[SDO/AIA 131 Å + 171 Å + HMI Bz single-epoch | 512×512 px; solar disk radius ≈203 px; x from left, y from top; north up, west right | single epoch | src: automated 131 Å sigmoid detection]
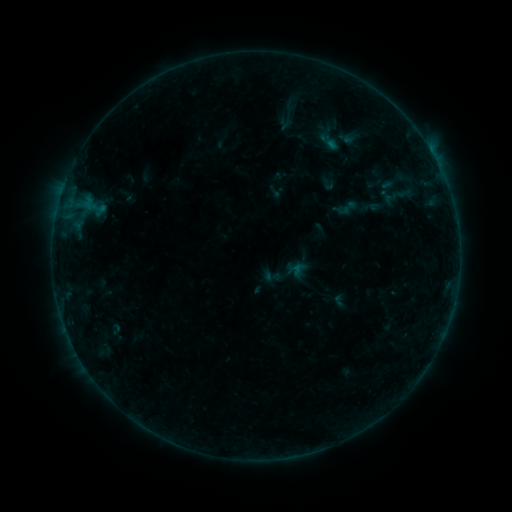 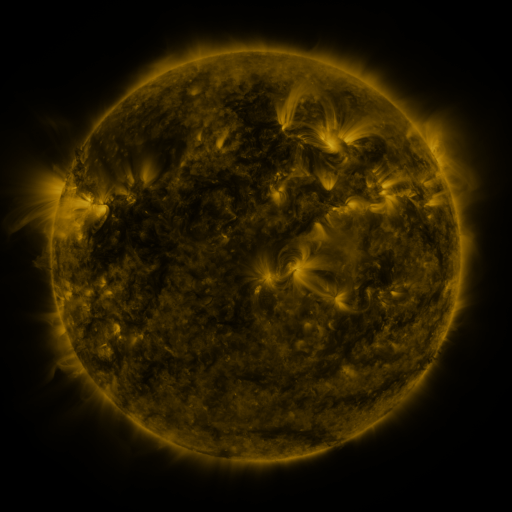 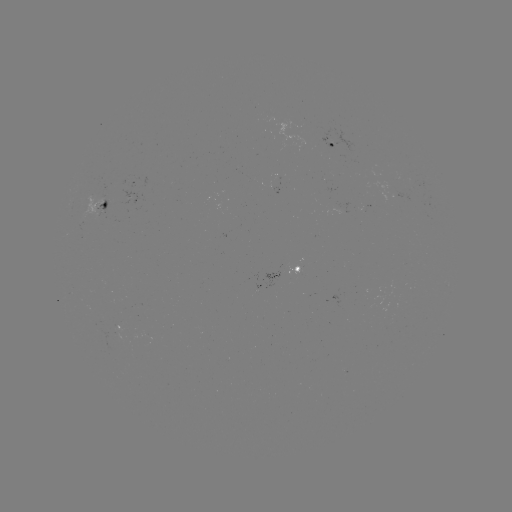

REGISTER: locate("sigmoid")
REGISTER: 272,276